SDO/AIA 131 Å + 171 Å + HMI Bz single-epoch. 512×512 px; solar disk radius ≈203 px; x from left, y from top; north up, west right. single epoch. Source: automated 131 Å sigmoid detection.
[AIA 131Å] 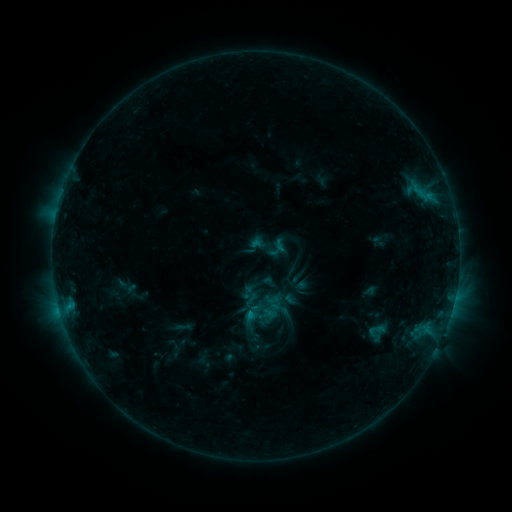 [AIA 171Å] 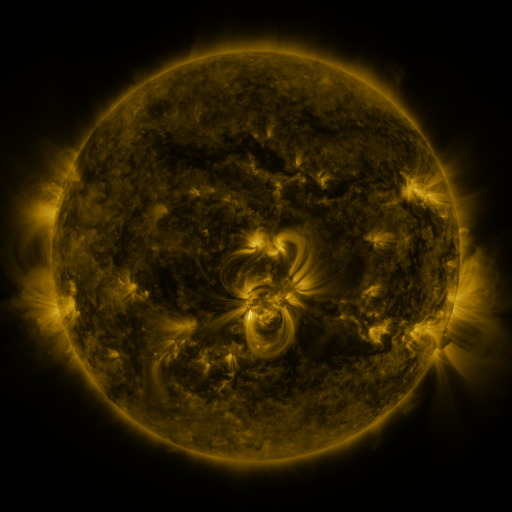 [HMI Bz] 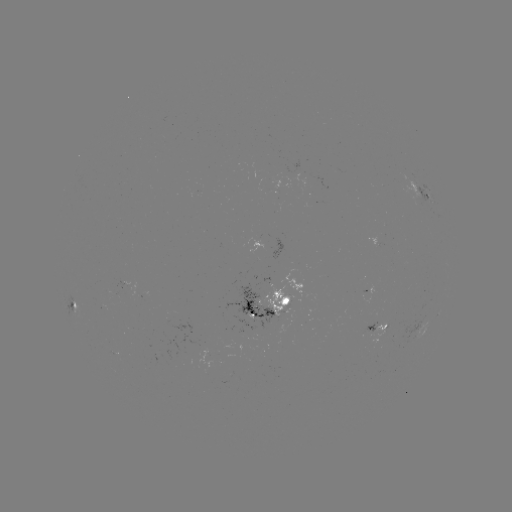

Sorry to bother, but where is sigmoid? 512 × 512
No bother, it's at [247, 292].